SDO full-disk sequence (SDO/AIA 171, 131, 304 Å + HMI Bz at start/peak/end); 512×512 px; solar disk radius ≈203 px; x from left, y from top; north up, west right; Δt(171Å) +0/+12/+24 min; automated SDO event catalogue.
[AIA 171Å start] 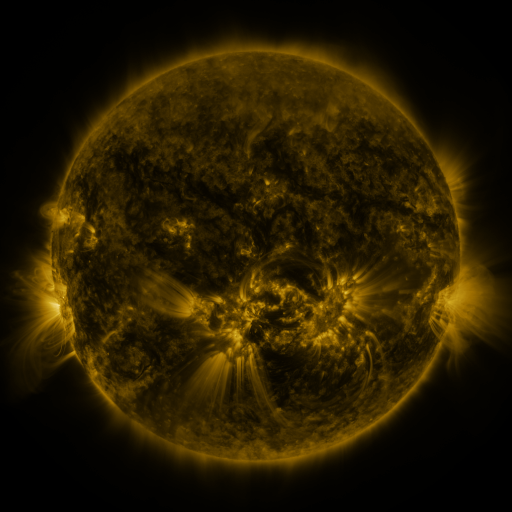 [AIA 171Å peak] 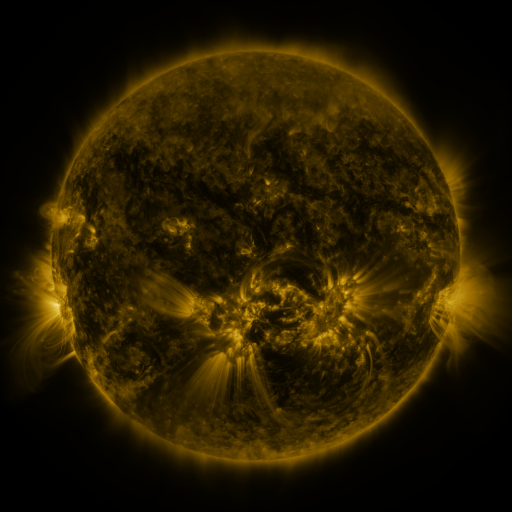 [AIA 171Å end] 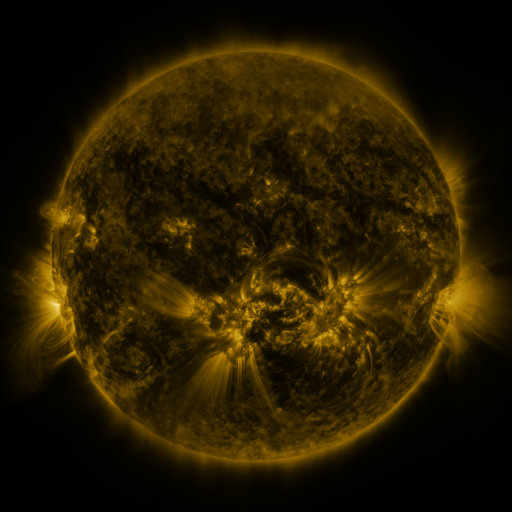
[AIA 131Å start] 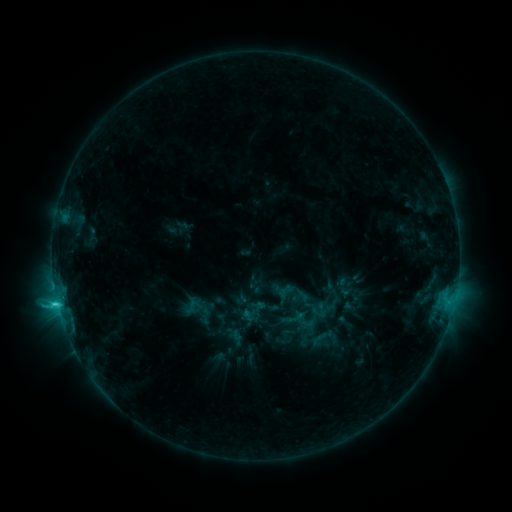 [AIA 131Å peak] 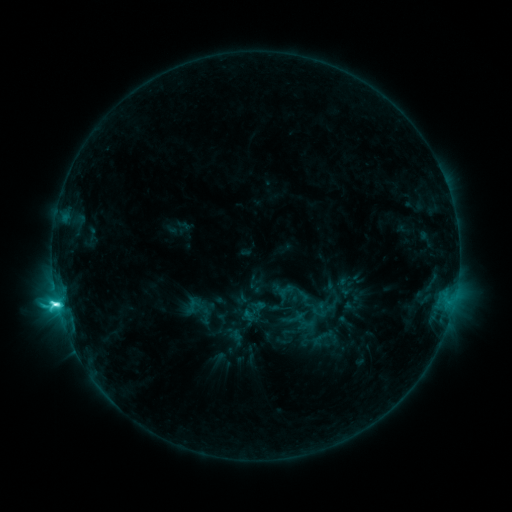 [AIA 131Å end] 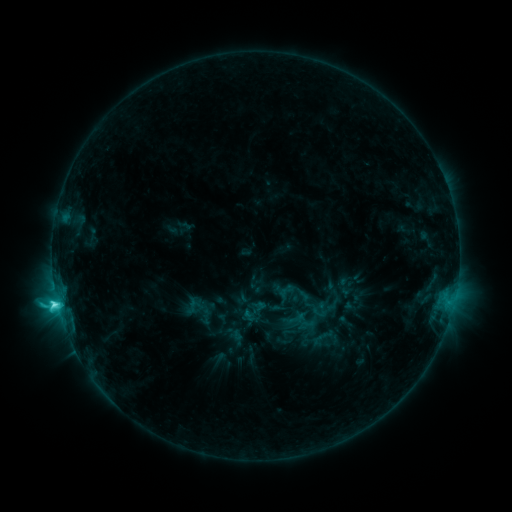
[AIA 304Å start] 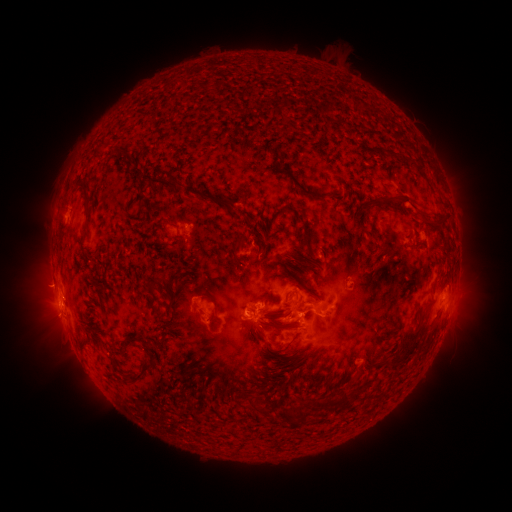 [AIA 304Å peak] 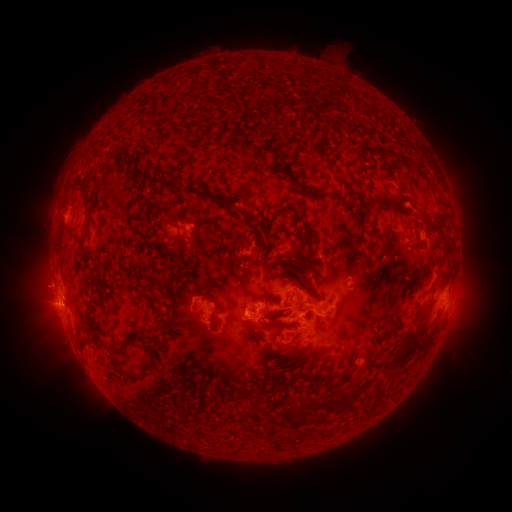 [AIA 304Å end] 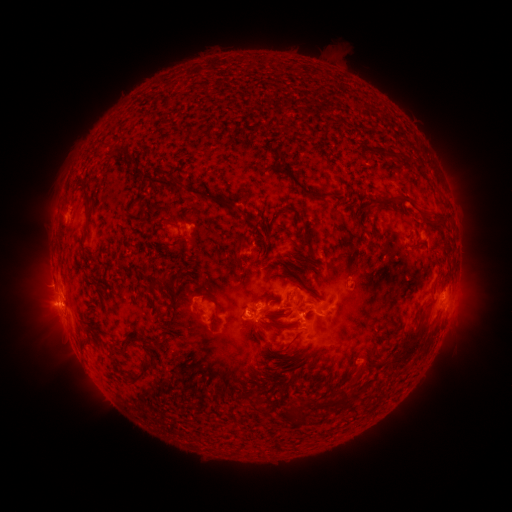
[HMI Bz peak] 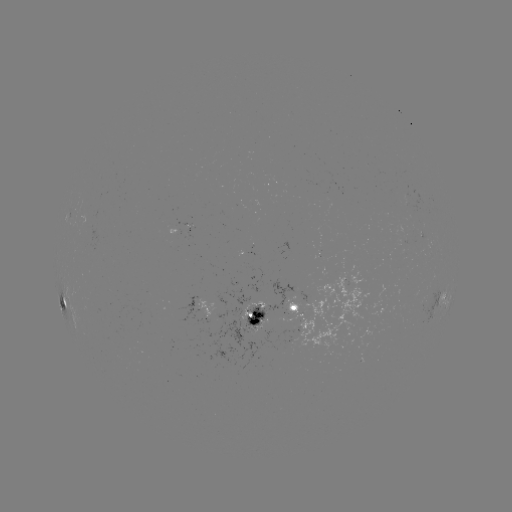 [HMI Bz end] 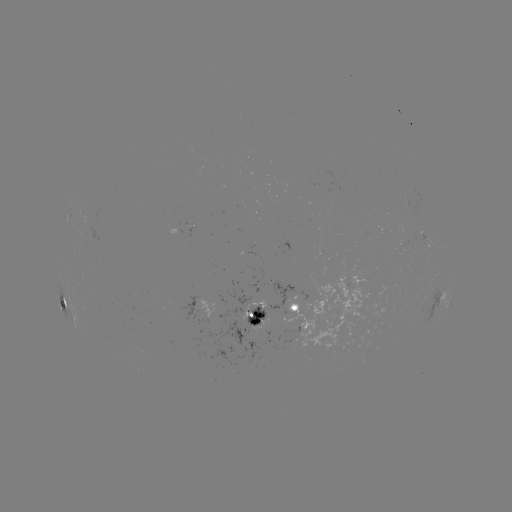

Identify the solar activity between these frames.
C7.6 flare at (60, 302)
